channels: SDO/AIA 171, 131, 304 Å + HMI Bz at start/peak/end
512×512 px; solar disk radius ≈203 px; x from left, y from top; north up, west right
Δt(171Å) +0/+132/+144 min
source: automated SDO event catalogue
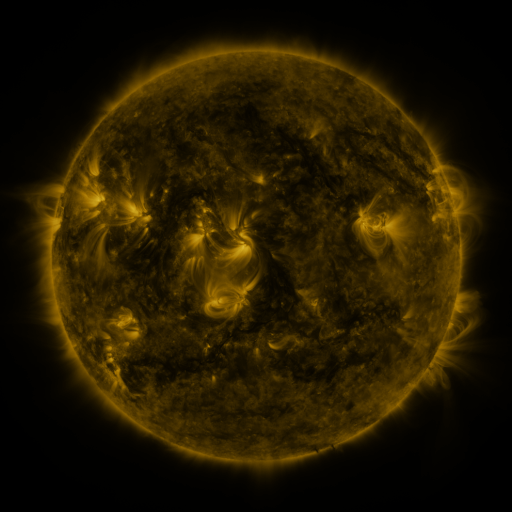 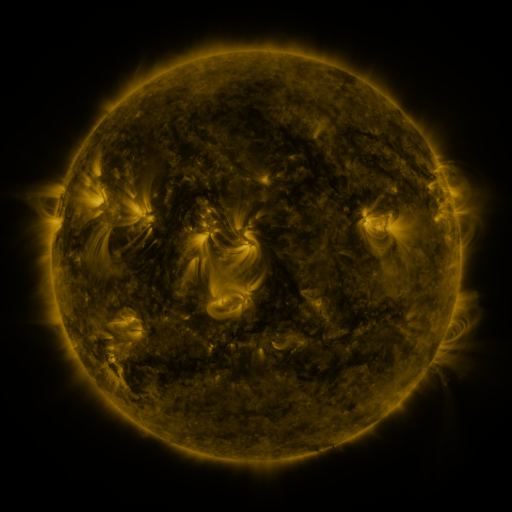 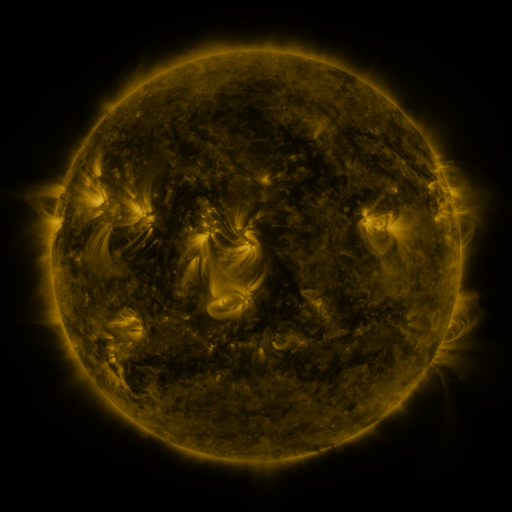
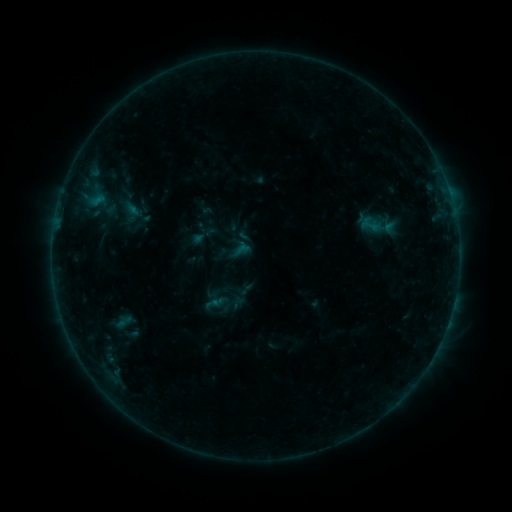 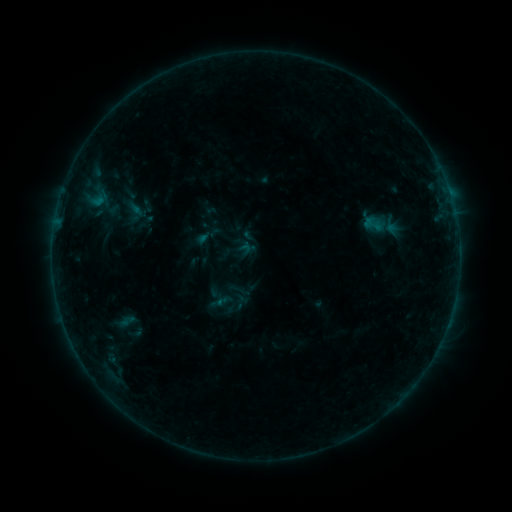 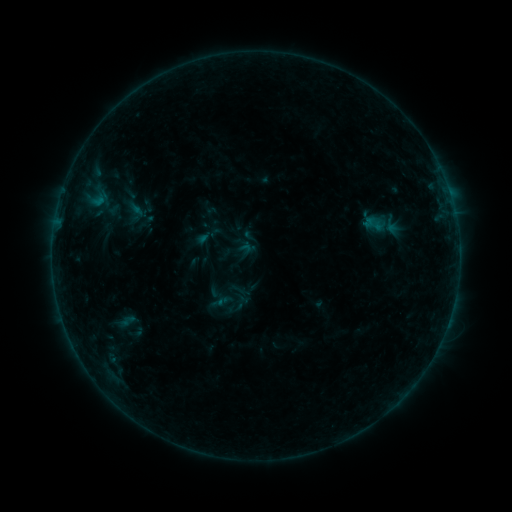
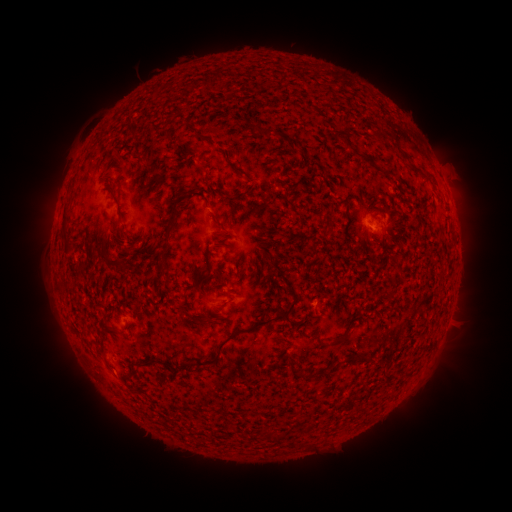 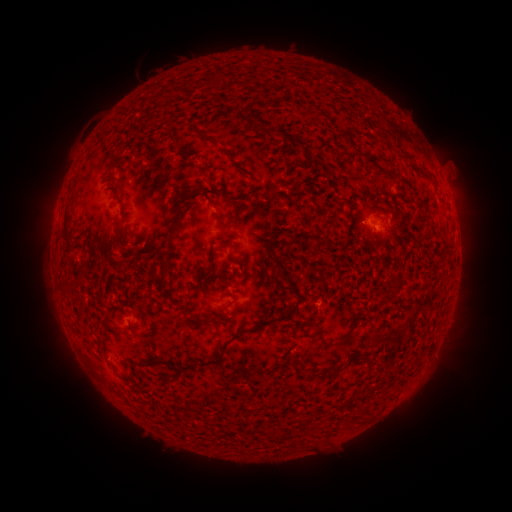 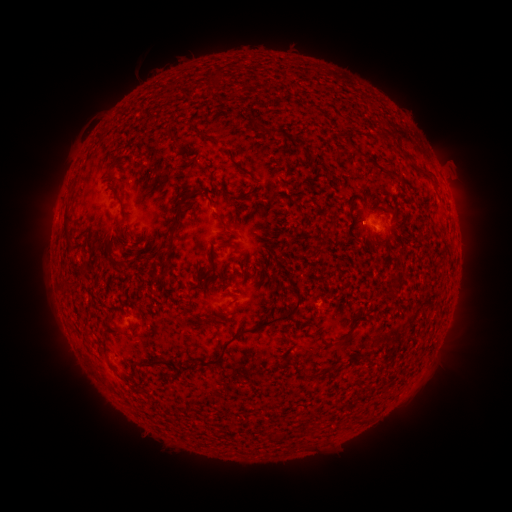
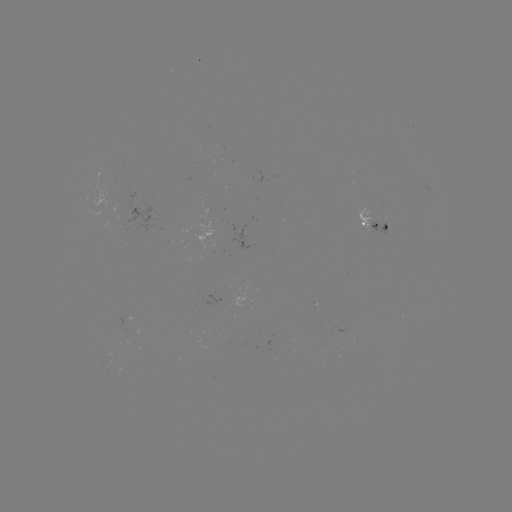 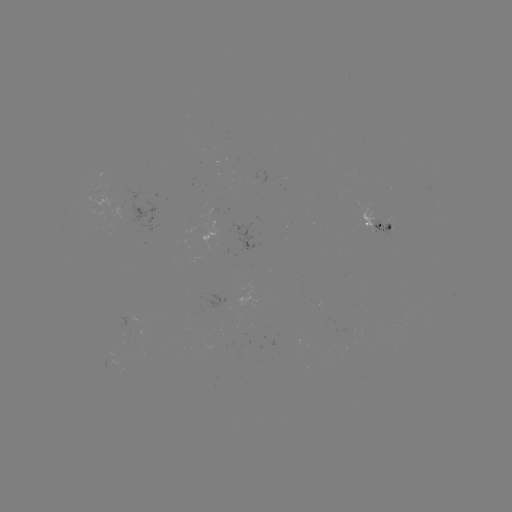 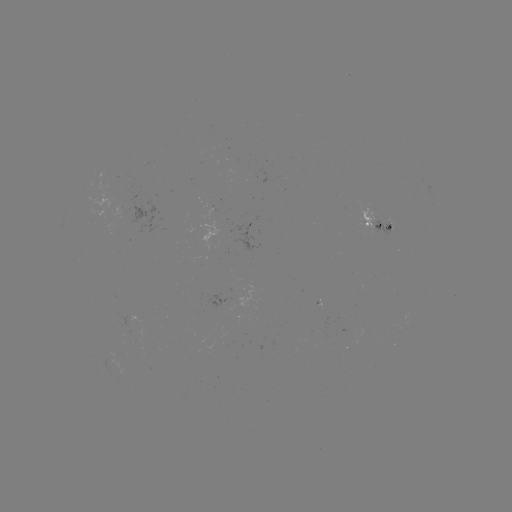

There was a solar emerging-flux region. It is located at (386, 230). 